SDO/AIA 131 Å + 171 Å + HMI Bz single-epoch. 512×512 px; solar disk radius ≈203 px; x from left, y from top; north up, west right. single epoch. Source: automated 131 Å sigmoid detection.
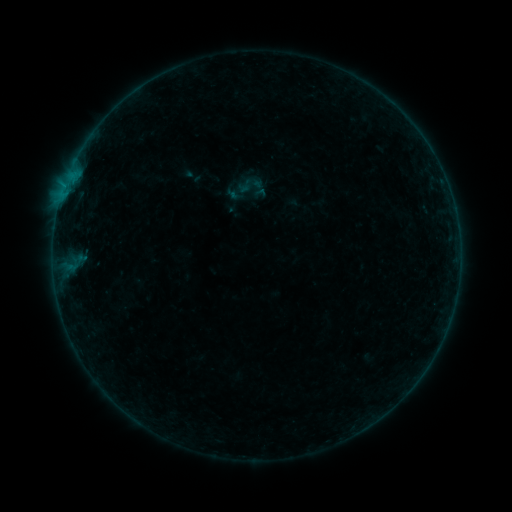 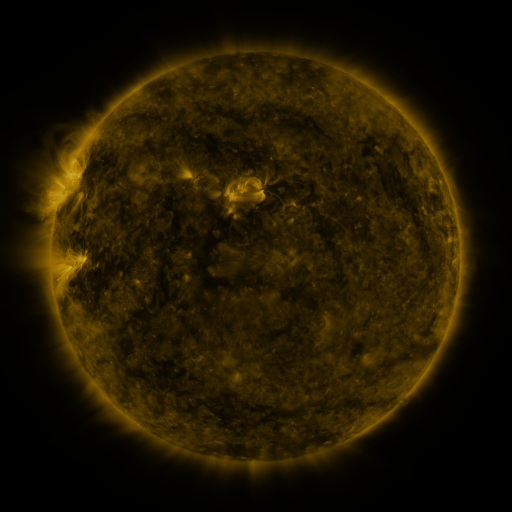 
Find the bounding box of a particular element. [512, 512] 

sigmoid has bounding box [236, 171, 264, 199].